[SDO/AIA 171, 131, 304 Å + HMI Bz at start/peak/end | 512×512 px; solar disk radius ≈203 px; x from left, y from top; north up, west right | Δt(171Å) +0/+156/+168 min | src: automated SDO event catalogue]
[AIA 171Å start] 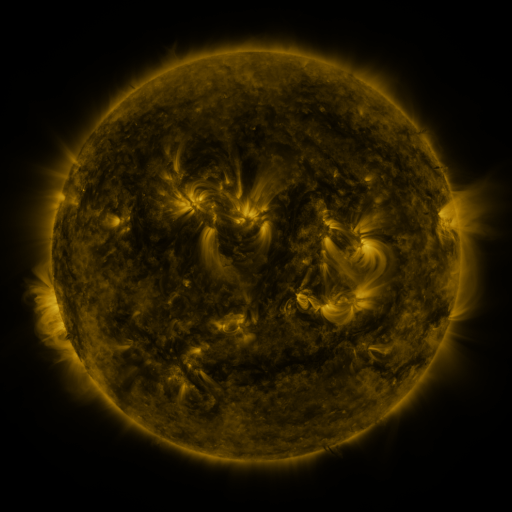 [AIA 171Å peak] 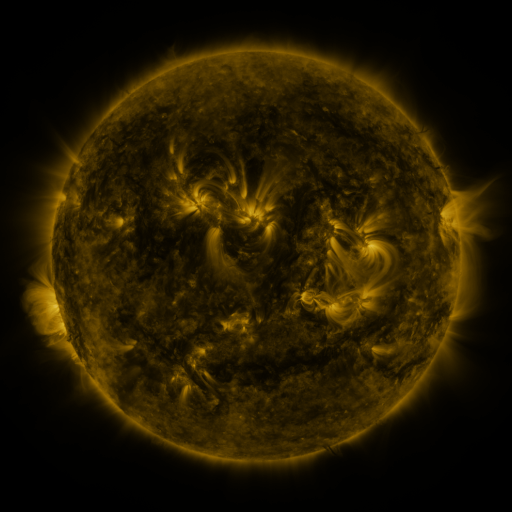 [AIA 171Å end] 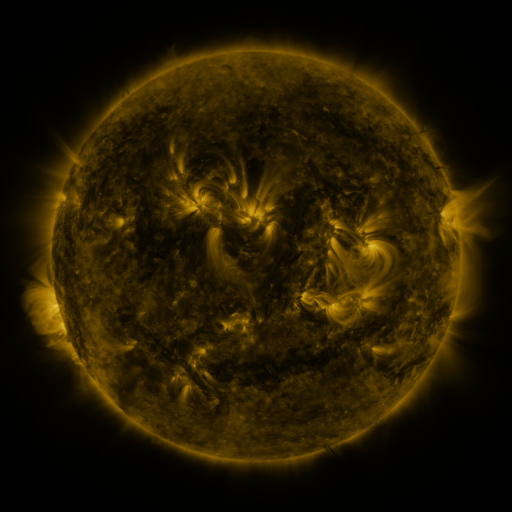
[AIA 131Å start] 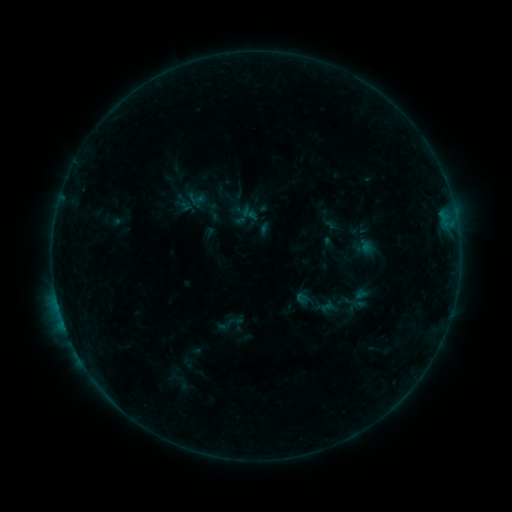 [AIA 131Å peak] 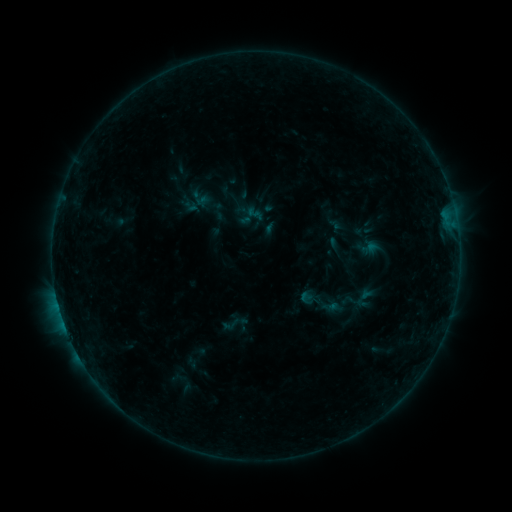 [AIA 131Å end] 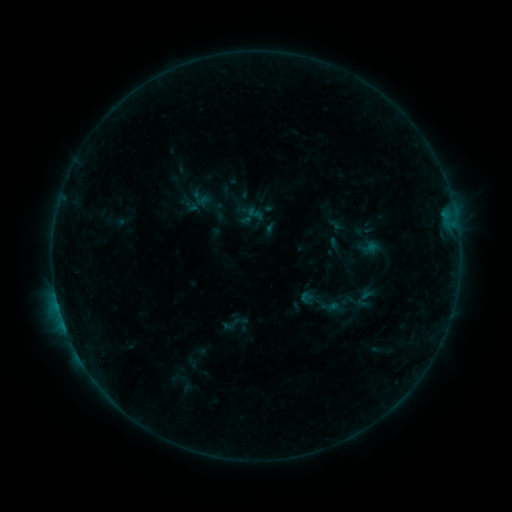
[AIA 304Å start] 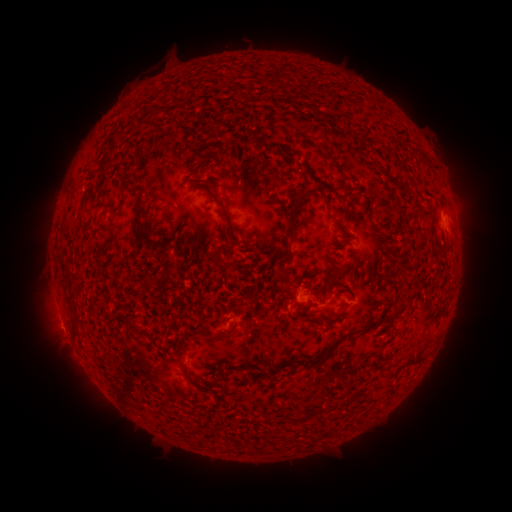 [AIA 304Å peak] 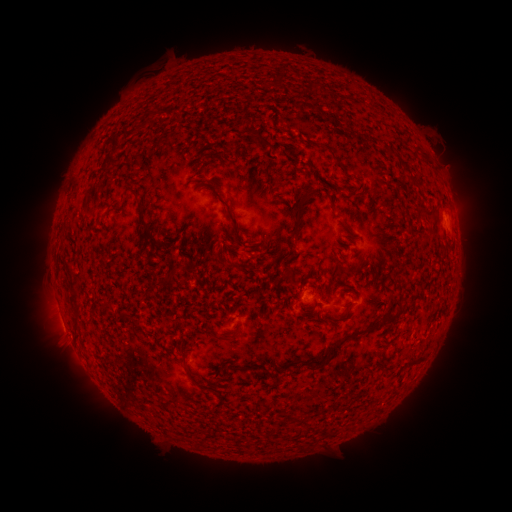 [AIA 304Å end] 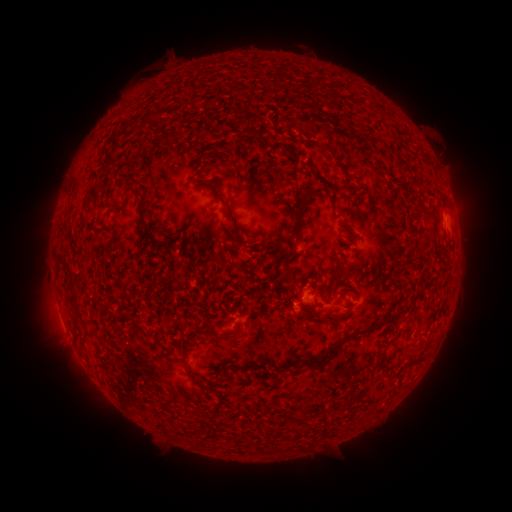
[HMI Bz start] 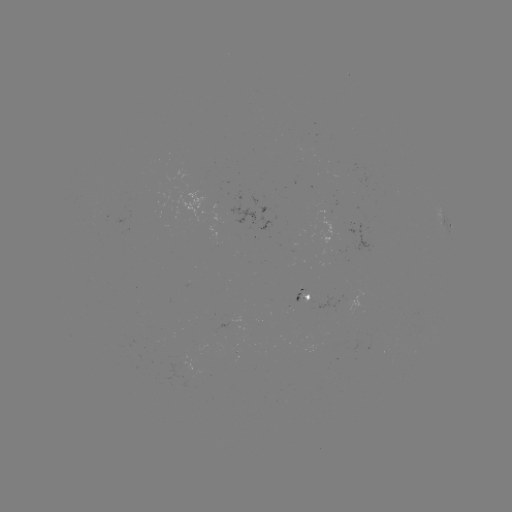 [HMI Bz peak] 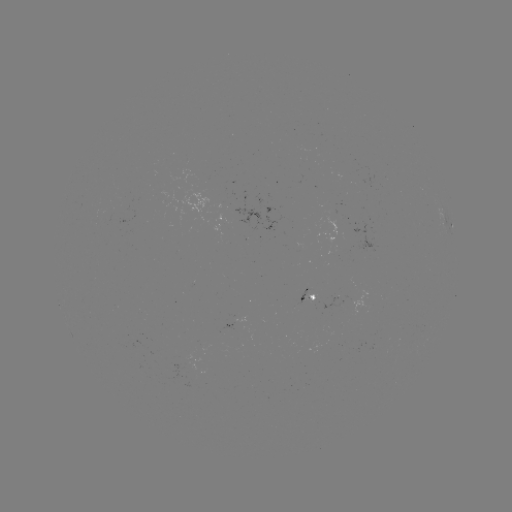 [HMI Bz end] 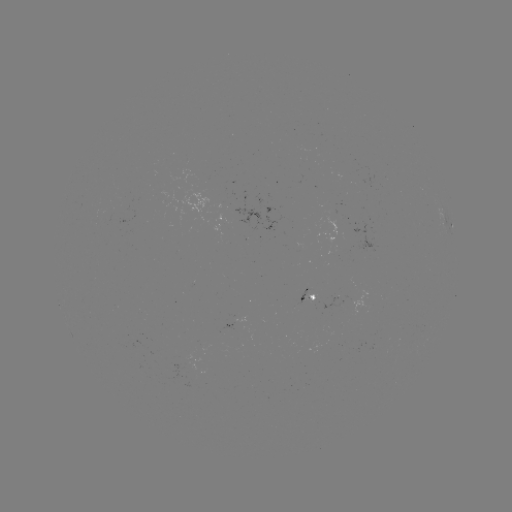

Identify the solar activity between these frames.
emerging-flux region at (310, 293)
